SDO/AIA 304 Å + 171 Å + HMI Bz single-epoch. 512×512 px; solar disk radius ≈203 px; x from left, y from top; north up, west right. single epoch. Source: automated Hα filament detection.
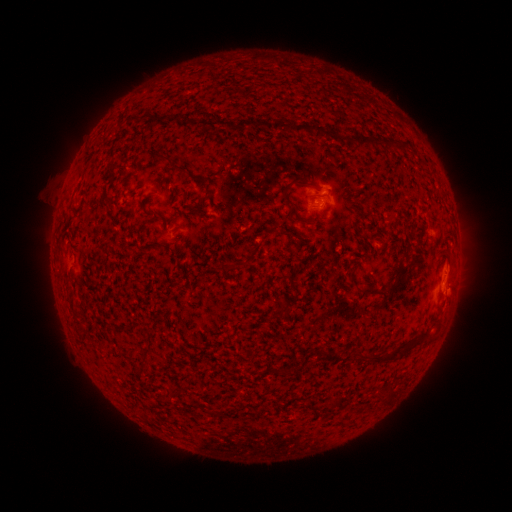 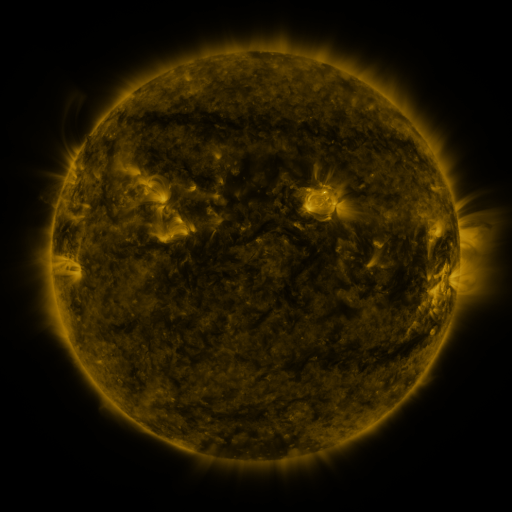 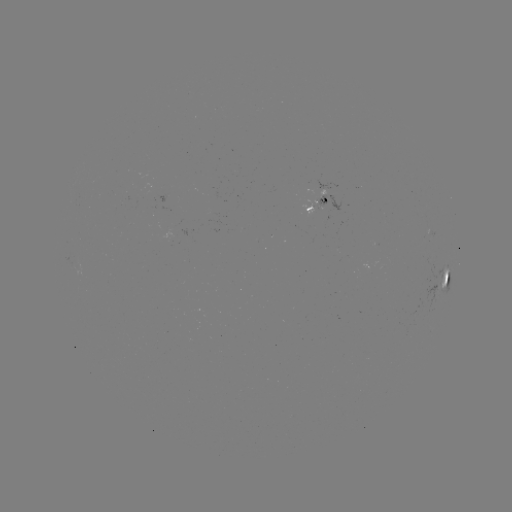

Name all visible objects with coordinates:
filament: (265, 126)
filament: (322, 130)
filament: (369, 139)
filament: (171, 165)
filament: (195, 177)
filament: (289, 186)
filament: (295, 218)
filament: (253, 255)
filament: (230, 267)
filament: (381, 293)
filament: (71, 307)
filament: (277, 313)
filament: (145, 355)
filament: (363, 358)
filament: (381, 358)
filament: (287, 372)
filament: (176, 394)
filament: (337, 403)
filament: (316, 412)
